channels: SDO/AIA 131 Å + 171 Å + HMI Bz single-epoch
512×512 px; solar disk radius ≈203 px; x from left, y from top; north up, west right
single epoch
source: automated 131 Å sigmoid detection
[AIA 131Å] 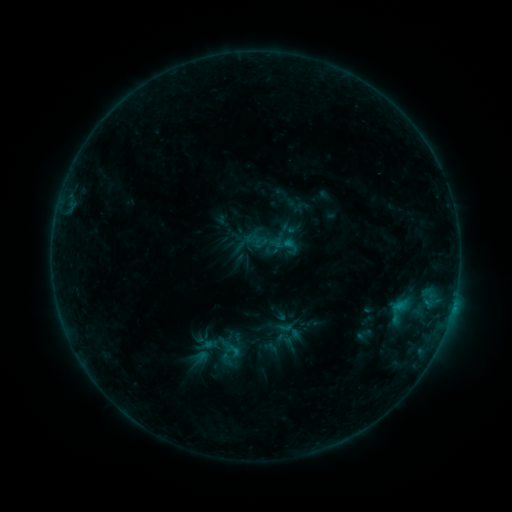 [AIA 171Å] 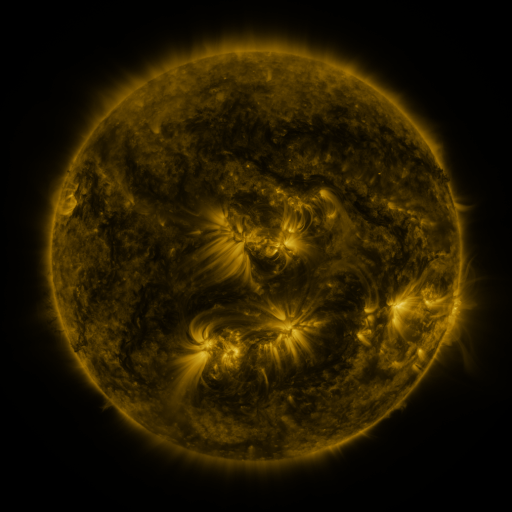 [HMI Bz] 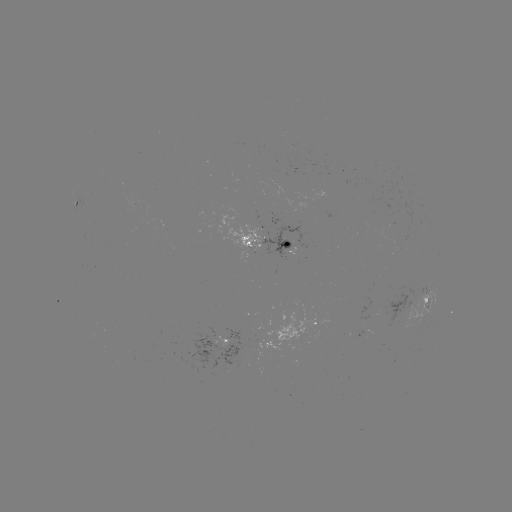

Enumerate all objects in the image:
sigmoid: (267, 242)
sigmoid: (233, 350)
